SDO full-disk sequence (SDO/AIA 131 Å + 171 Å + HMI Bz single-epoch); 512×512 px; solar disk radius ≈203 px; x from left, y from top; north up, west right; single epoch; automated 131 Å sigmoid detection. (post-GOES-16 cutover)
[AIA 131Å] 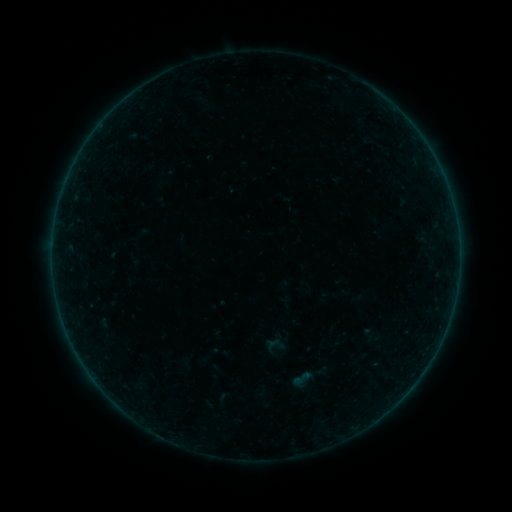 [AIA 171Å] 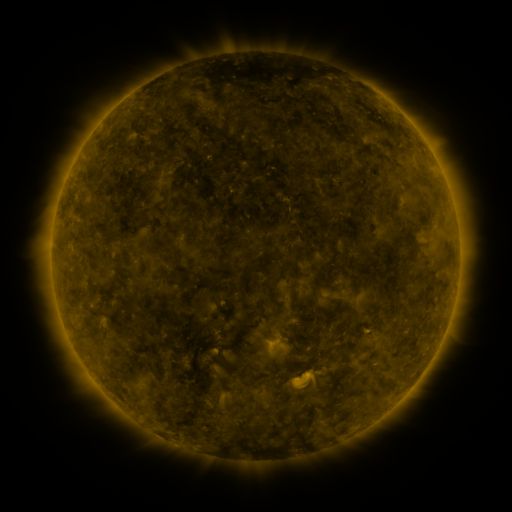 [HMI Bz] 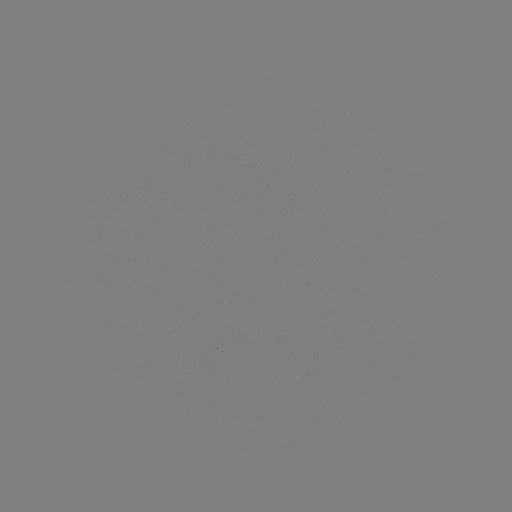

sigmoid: (291, 367, 313, 389)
